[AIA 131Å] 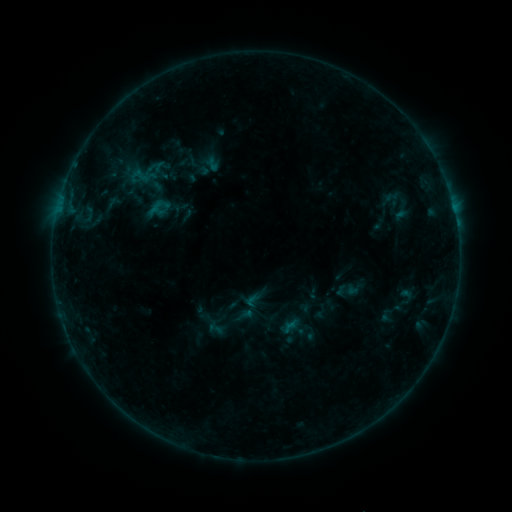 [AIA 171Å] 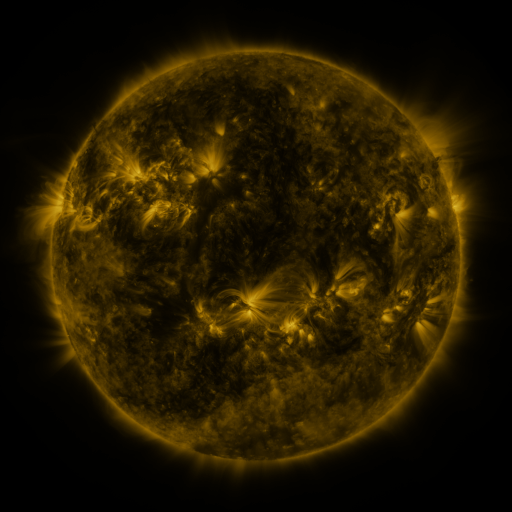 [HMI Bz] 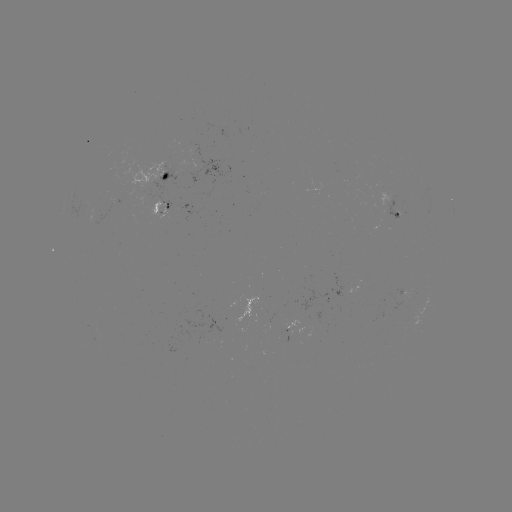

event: sigmoid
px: (139, 176)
